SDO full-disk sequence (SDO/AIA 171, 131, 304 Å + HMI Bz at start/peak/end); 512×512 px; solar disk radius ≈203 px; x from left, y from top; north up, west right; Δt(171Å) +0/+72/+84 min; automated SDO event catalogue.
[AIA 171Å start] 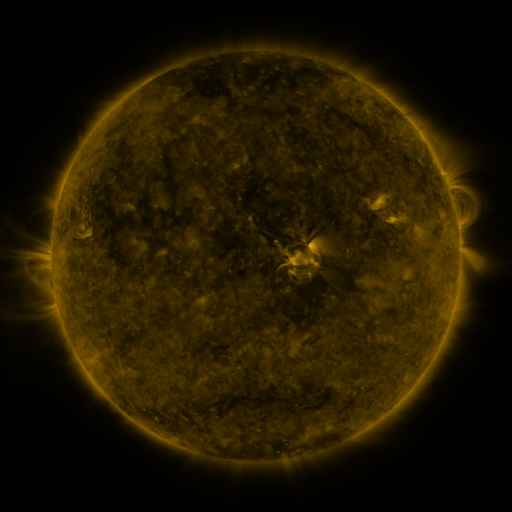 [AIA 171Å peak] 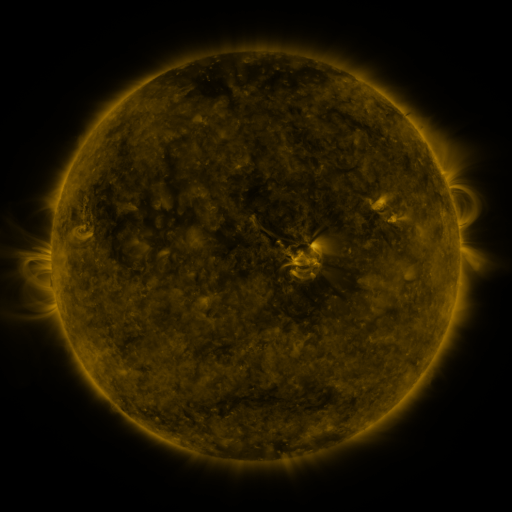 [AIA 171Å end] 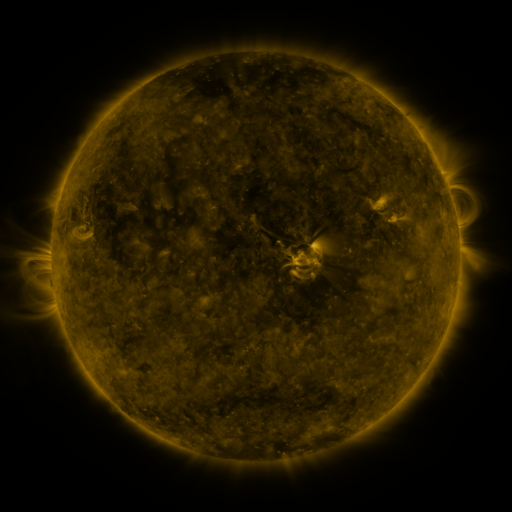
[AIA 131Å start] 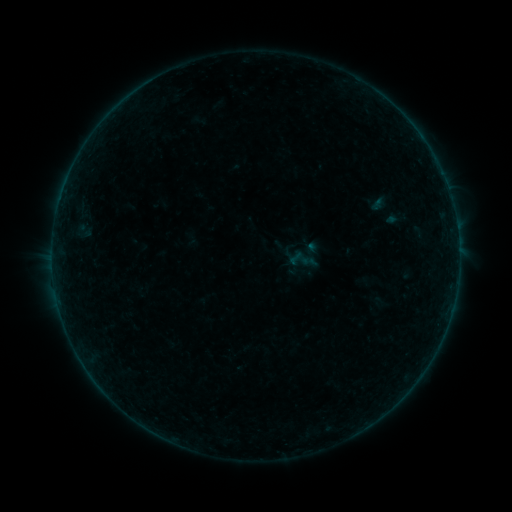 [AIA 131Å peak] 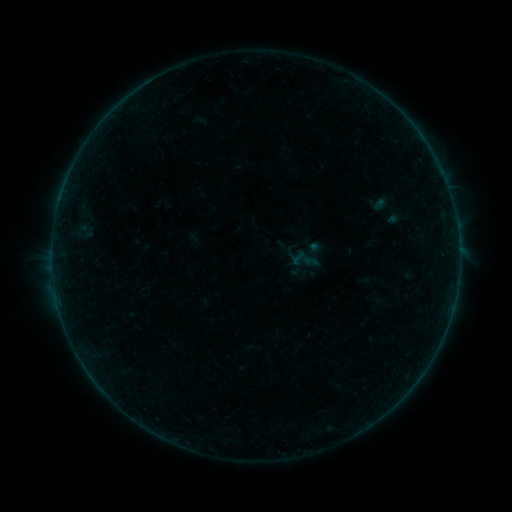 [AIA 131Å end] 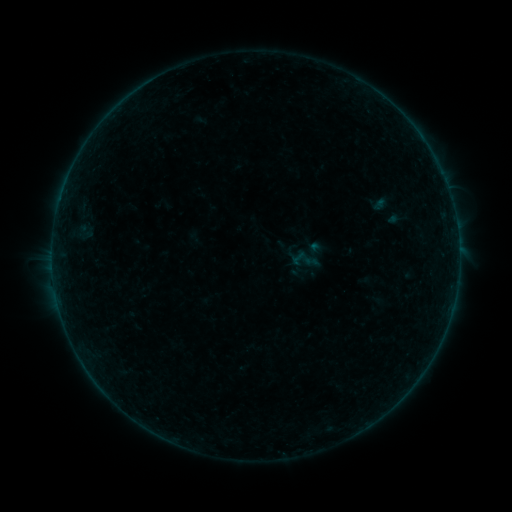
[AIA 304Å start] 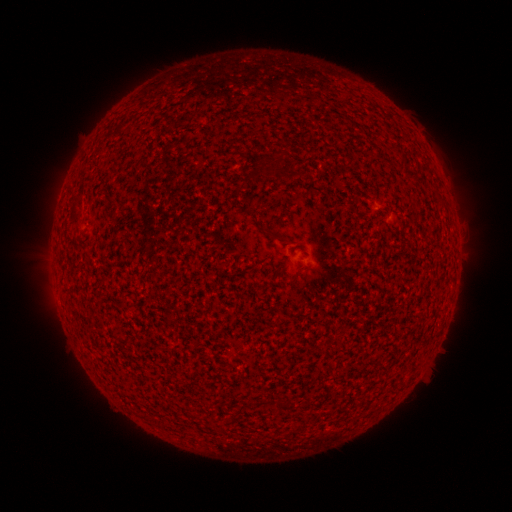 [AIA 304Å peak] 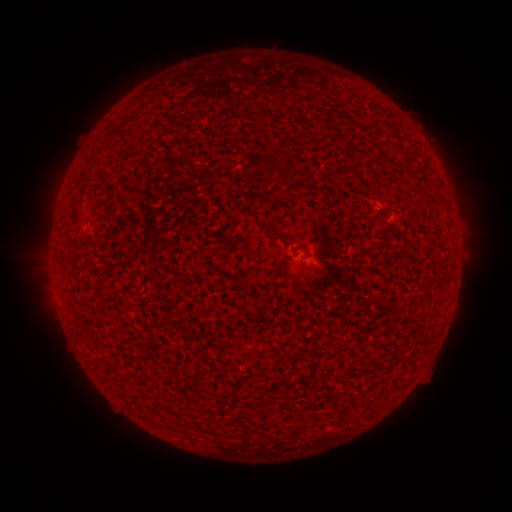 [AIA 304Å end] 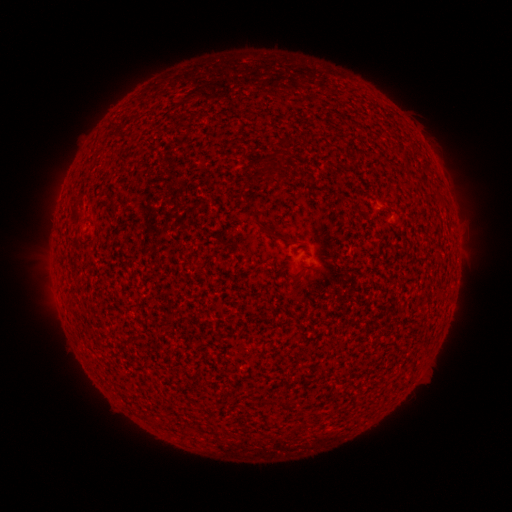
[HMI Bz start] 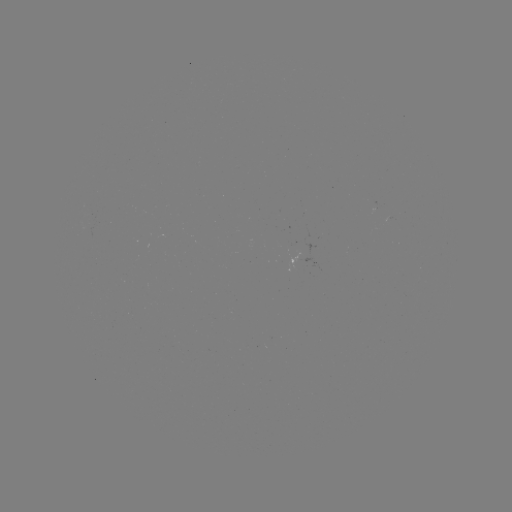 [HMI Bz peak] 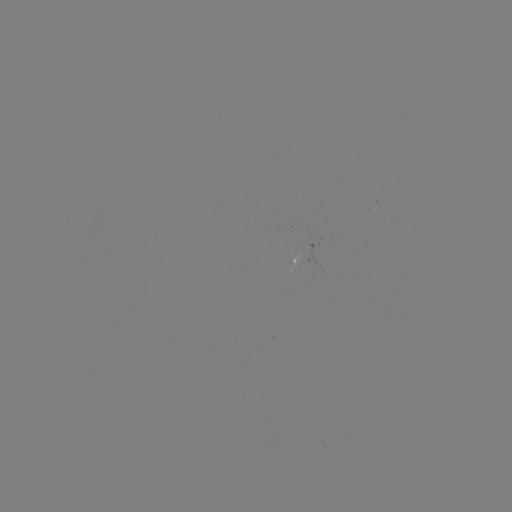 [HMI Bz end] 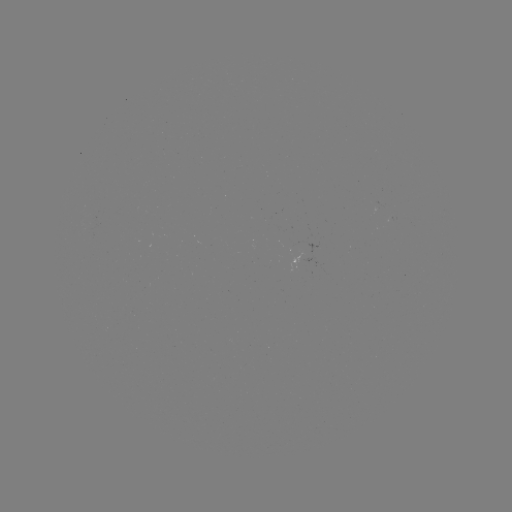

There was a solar emerging-flux region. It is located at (392, 218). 